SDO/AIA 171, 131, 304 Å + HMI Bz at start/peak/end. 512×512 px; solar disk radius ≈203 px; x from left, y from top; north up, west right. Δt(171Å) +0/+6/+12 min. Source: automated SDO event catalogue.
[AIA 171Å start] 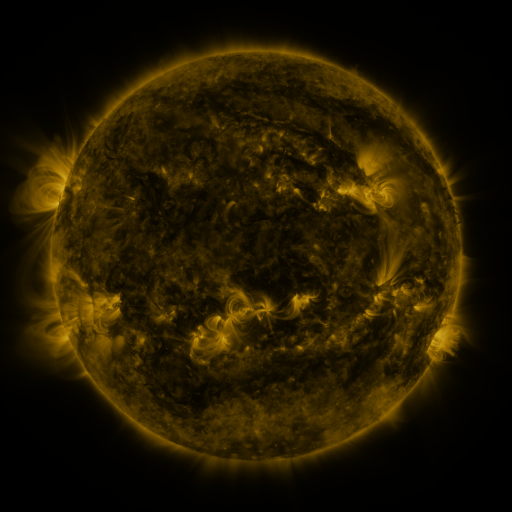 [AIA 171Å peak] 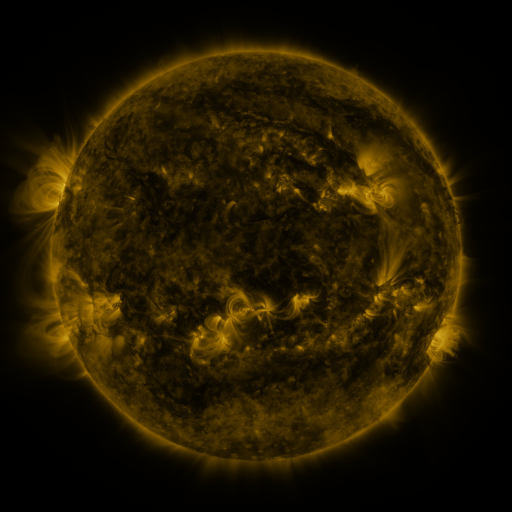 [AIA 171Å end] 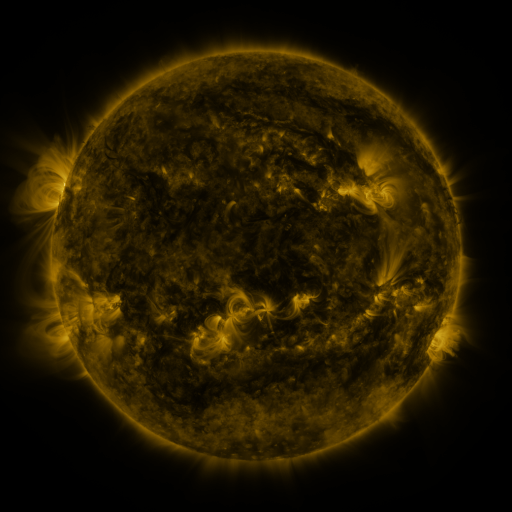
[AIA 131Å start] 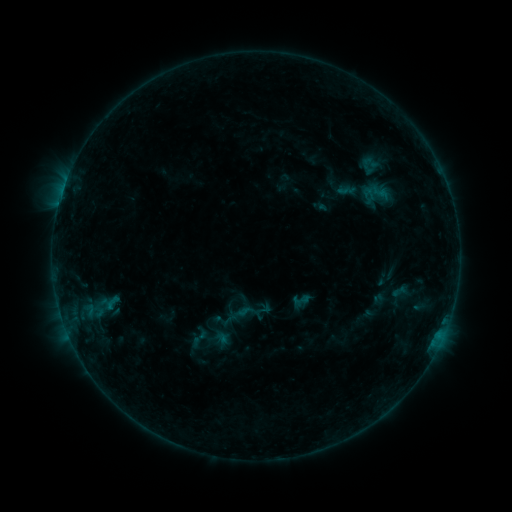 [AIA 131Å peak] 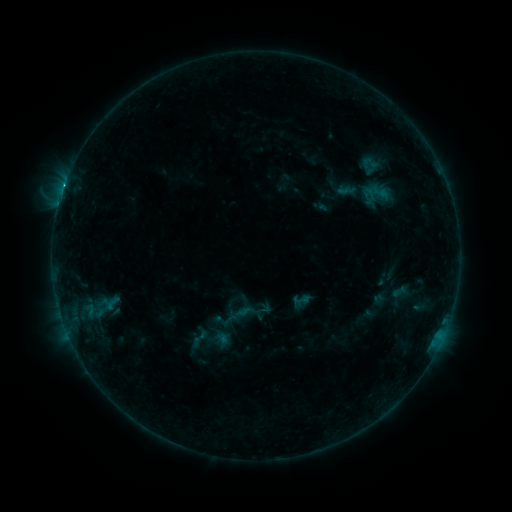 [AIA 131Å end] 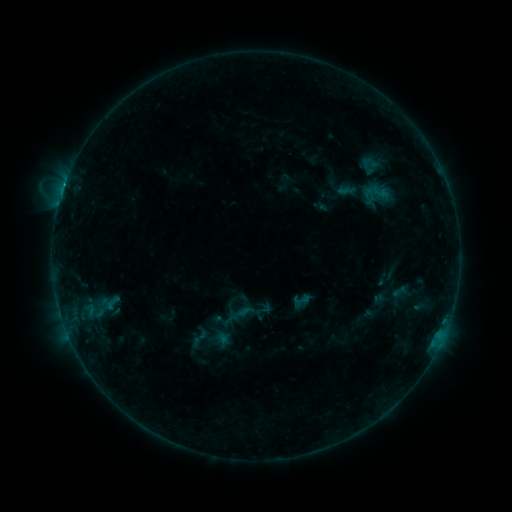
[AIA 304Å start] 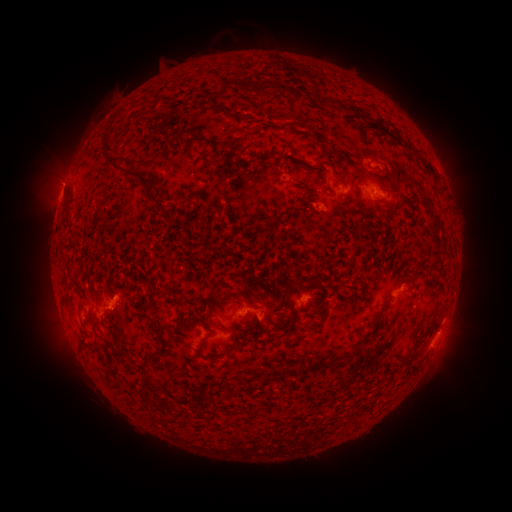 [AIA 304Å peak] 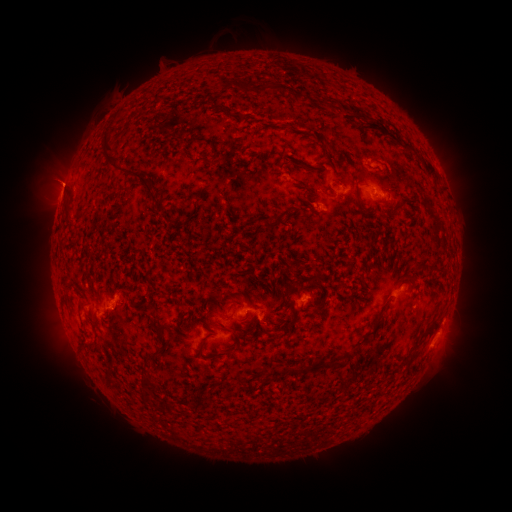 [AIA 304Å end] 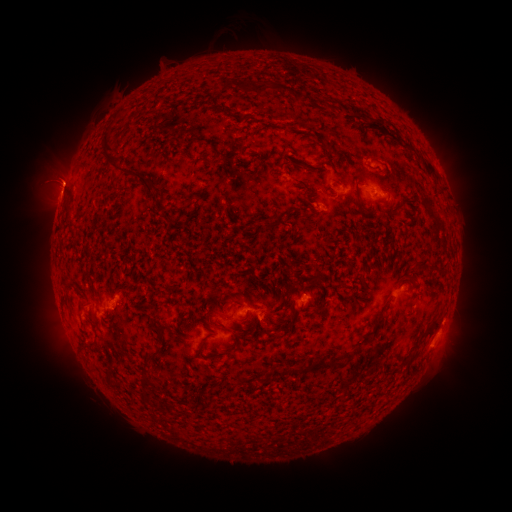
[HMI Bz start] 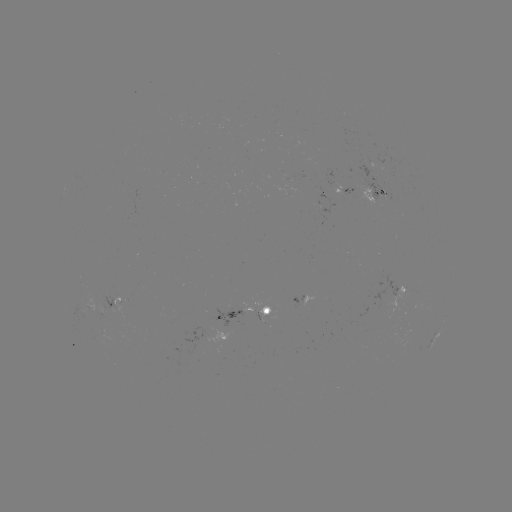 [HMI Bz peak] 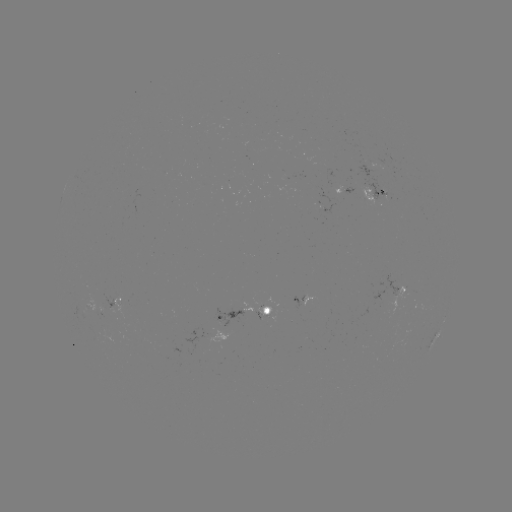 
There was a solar flare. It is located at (65, 185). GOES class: B7.6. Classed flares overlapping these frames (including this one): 1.